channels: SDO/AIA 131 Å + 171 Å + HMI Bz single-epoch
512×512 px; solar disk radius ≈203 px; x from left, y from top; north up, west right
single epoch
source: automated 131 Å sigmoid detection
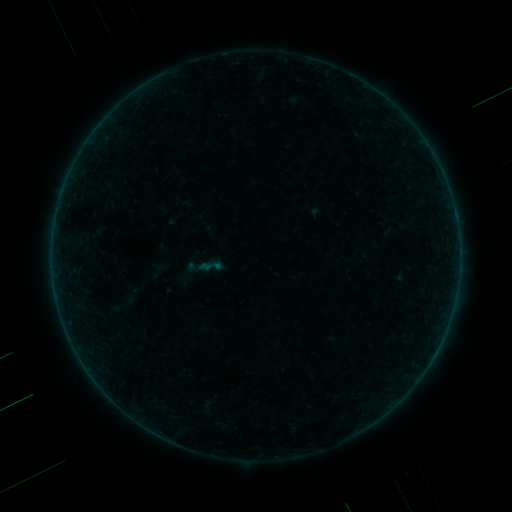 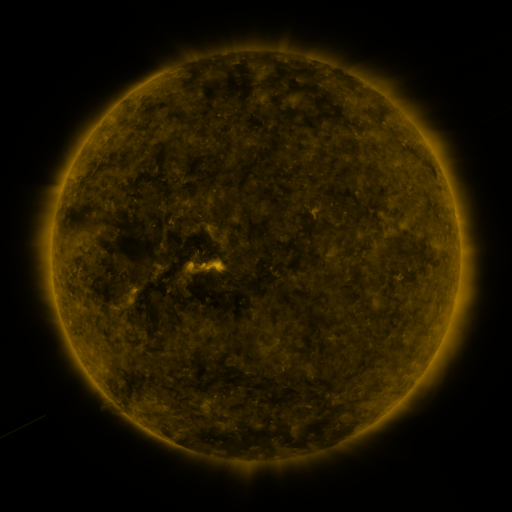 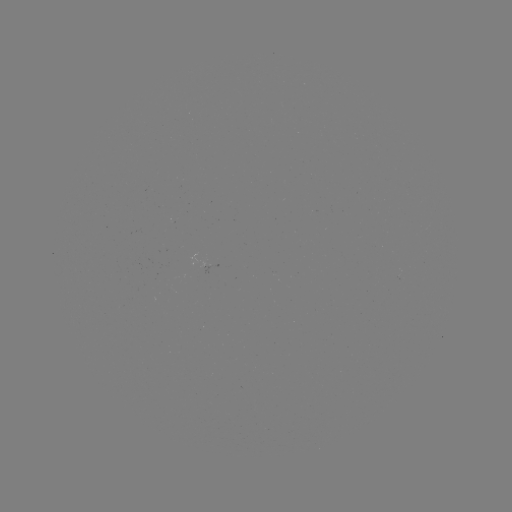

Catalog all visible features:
sigmoid: [197, 253, 224, 279]
